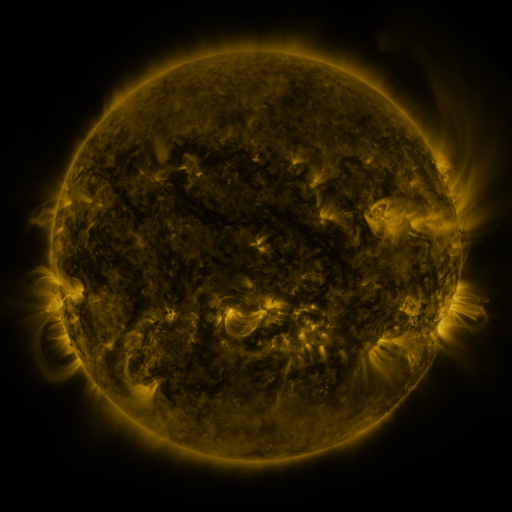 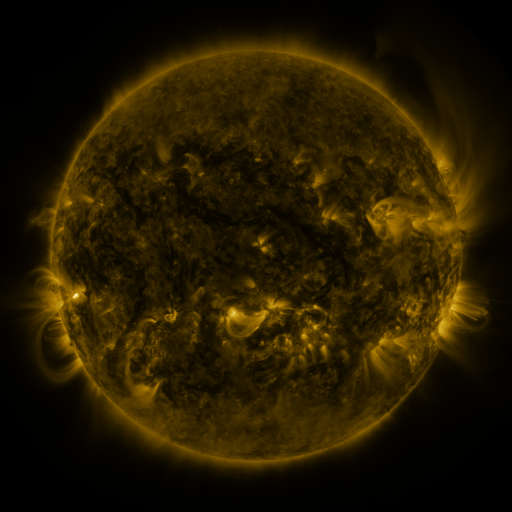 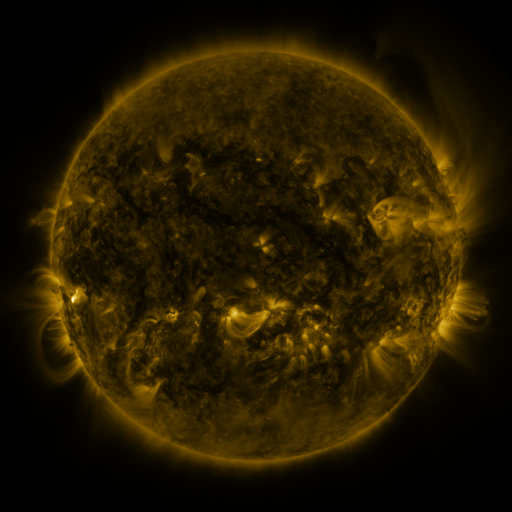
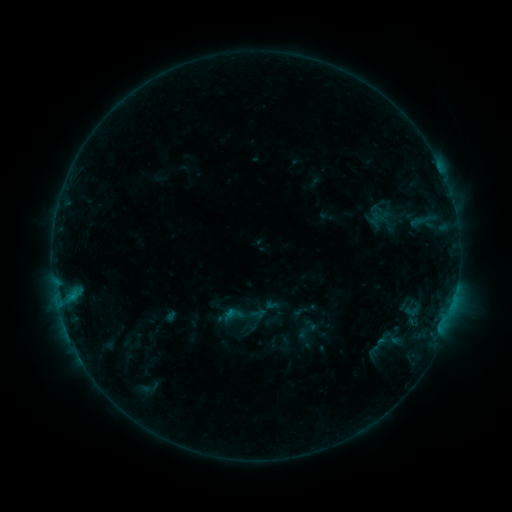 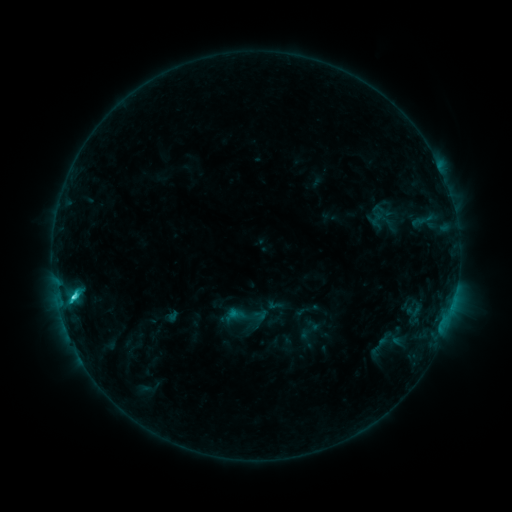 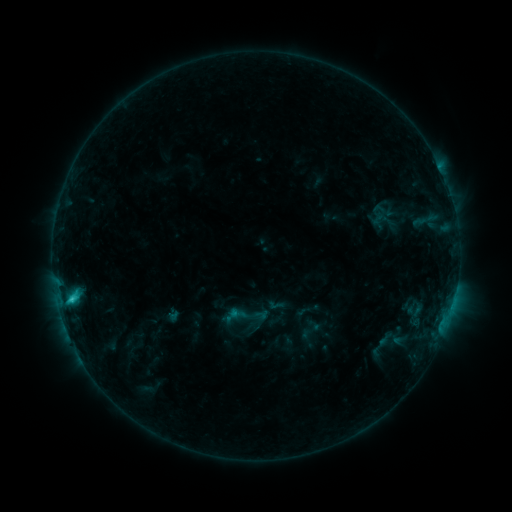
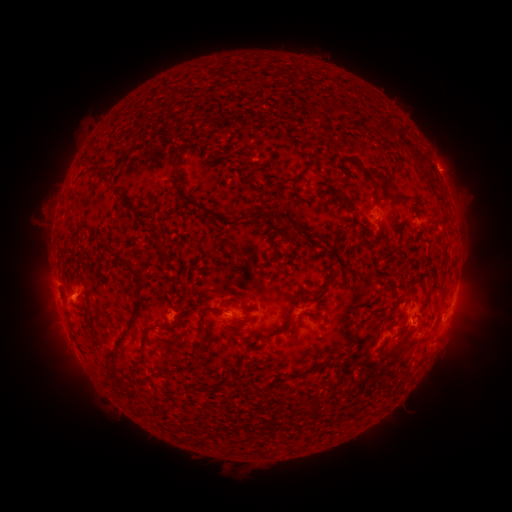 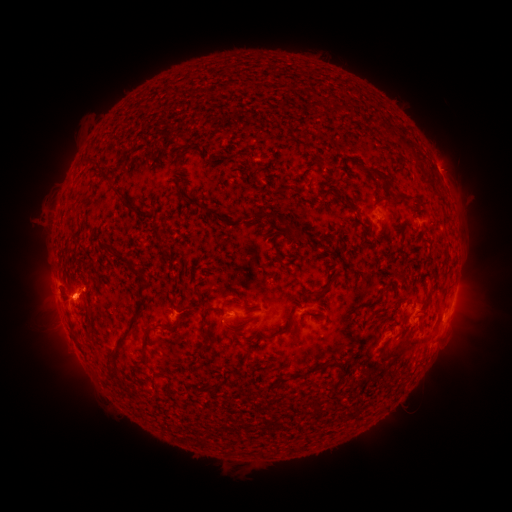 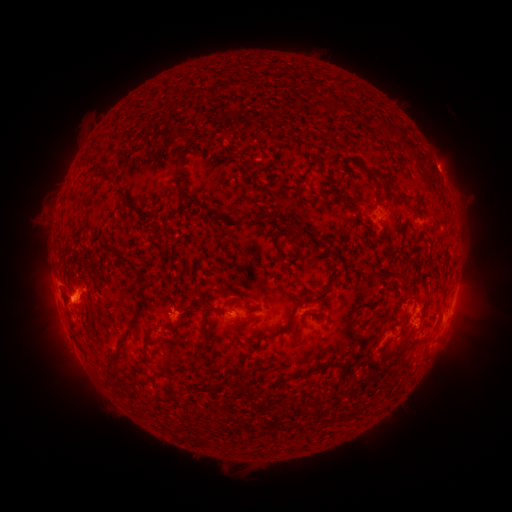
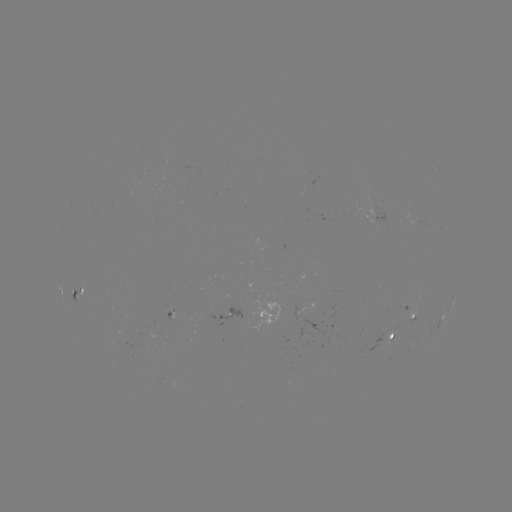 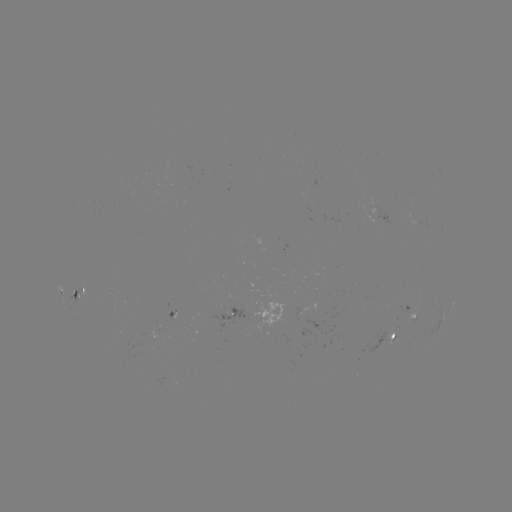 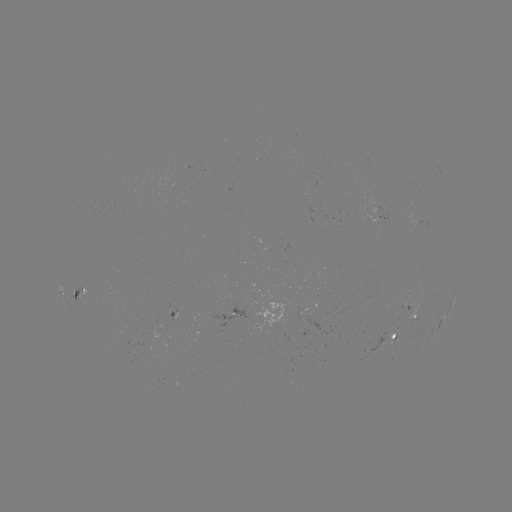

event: emerging-flux region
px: (414, 300)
